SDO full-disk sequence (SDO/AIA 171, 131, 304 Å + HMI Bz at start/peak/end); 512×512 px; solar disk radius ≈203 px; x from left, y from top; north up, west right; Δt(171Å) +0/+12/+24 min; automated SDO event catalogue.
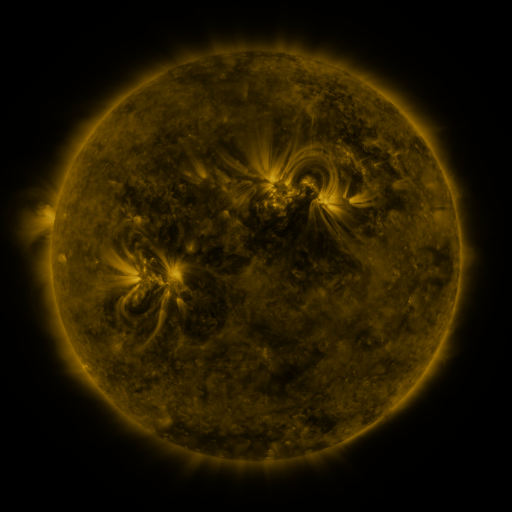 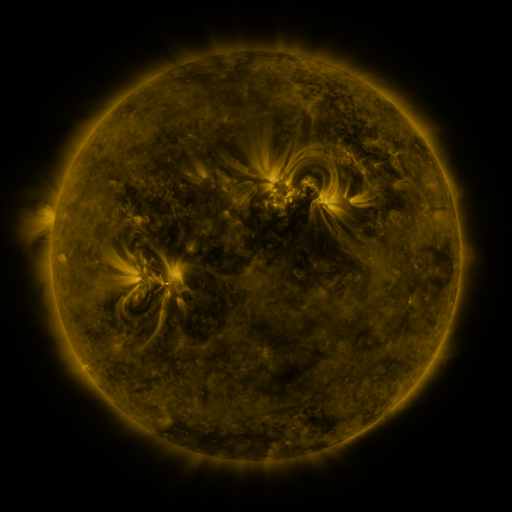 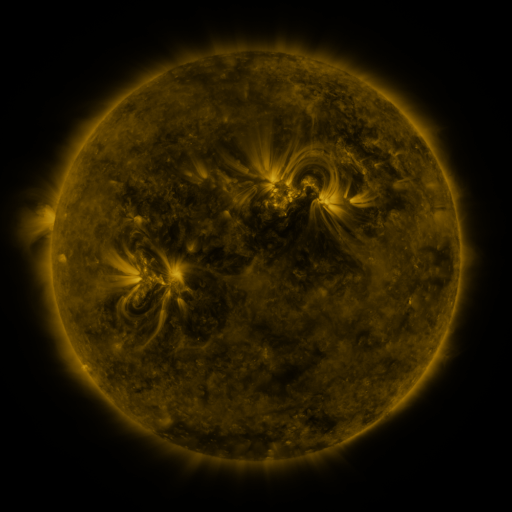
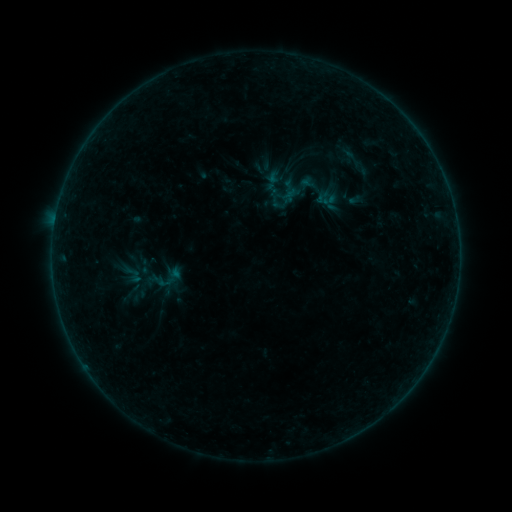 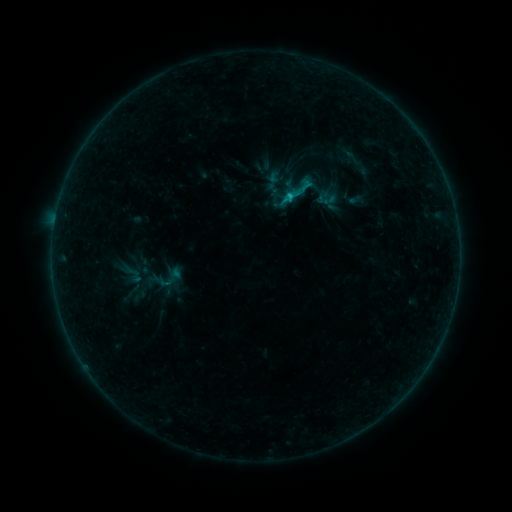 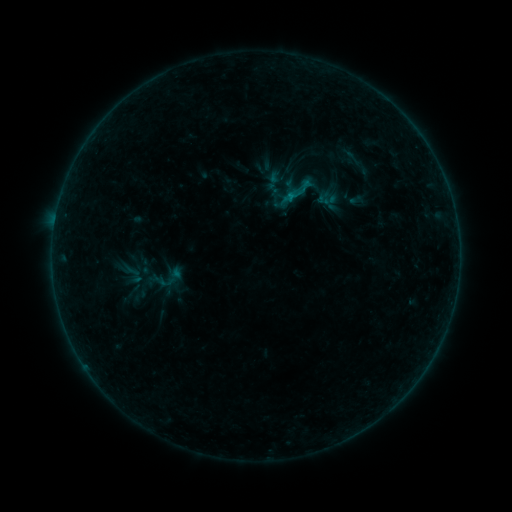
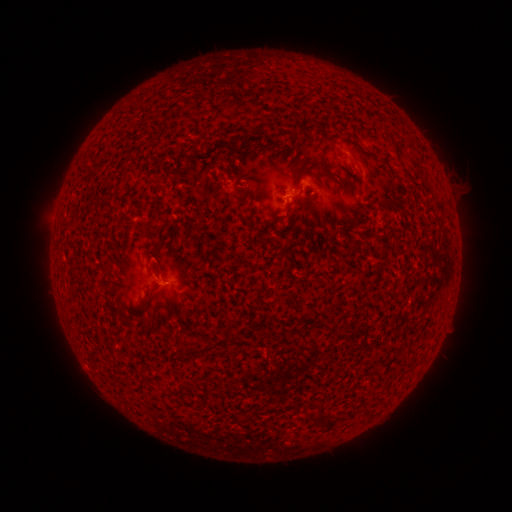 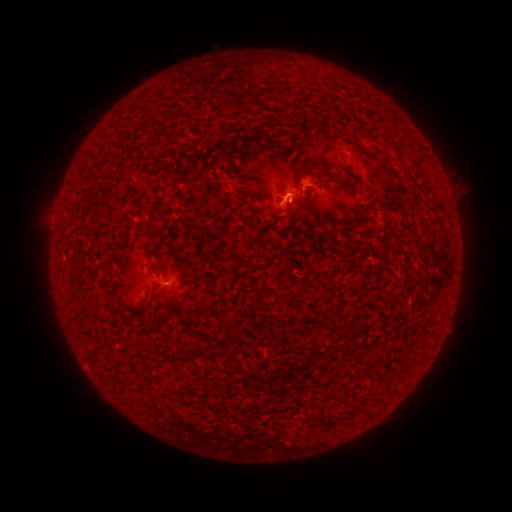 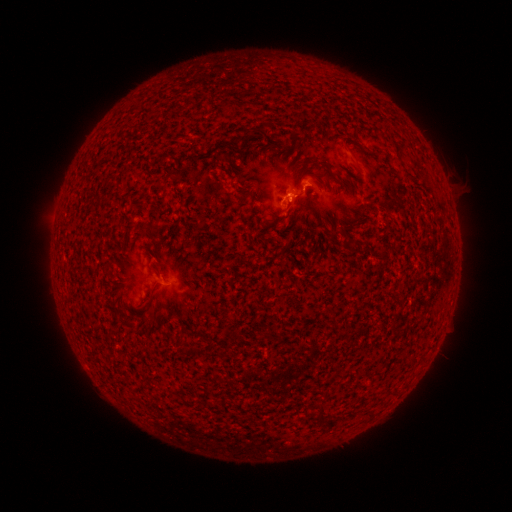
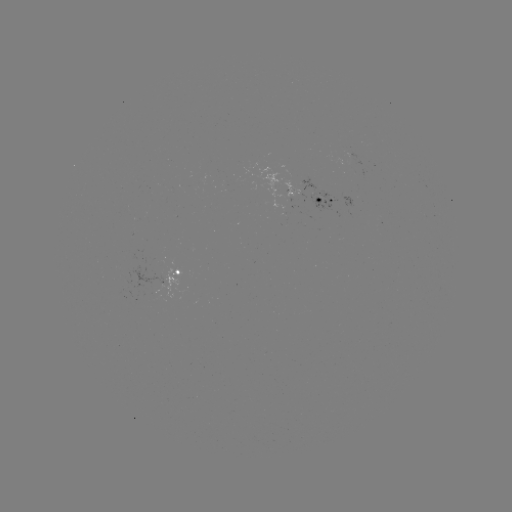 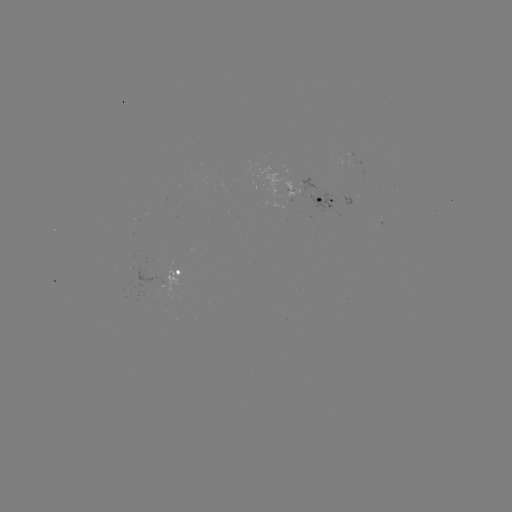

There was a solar flare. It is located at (287, 197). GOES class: B7.2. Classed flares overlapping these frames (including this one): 1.